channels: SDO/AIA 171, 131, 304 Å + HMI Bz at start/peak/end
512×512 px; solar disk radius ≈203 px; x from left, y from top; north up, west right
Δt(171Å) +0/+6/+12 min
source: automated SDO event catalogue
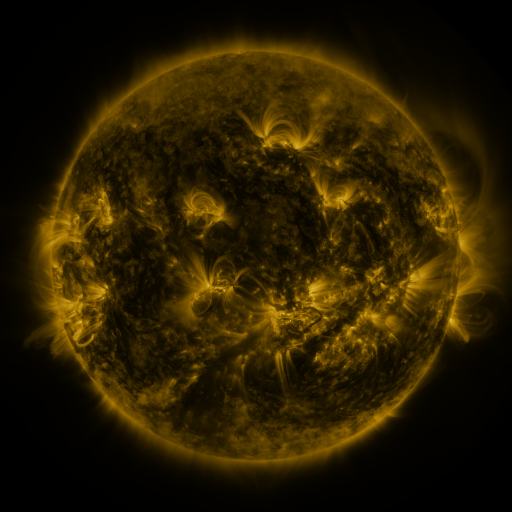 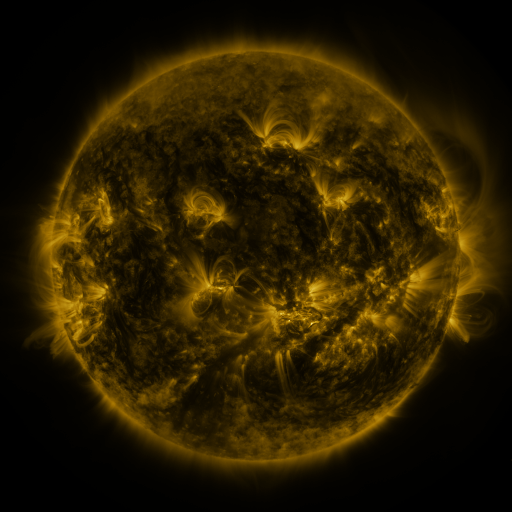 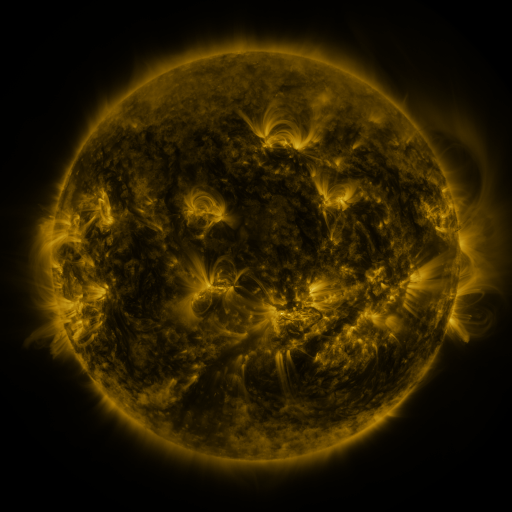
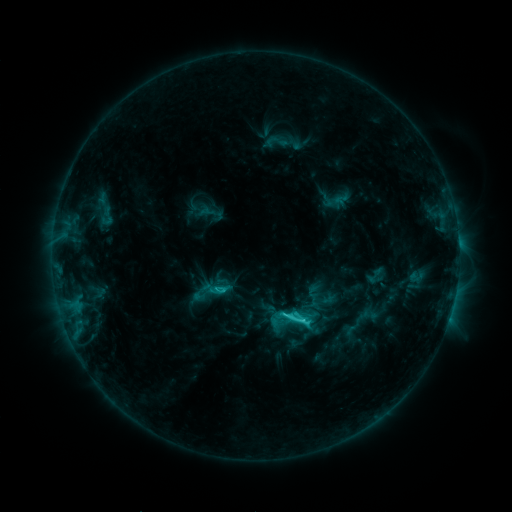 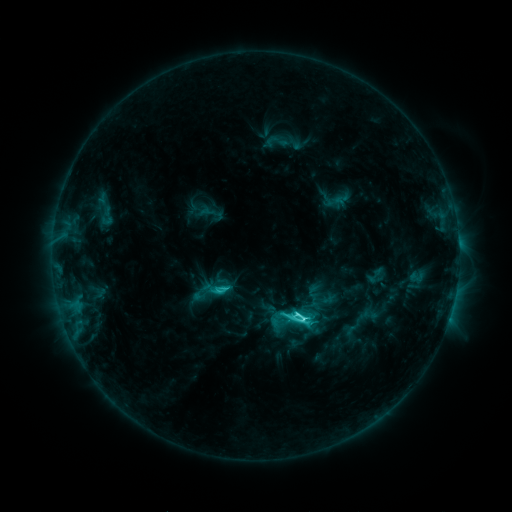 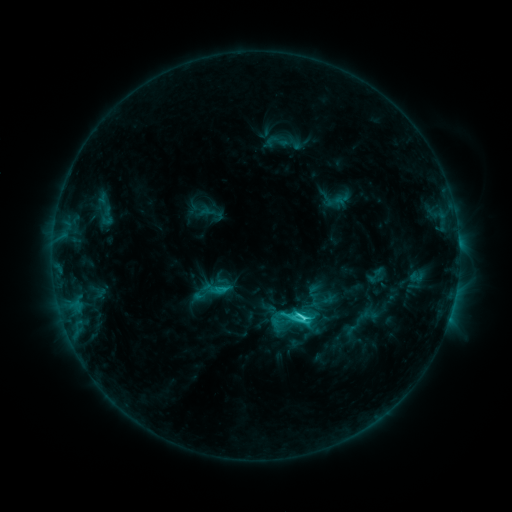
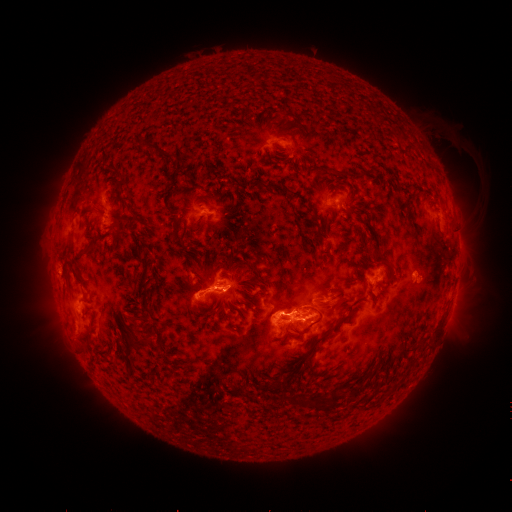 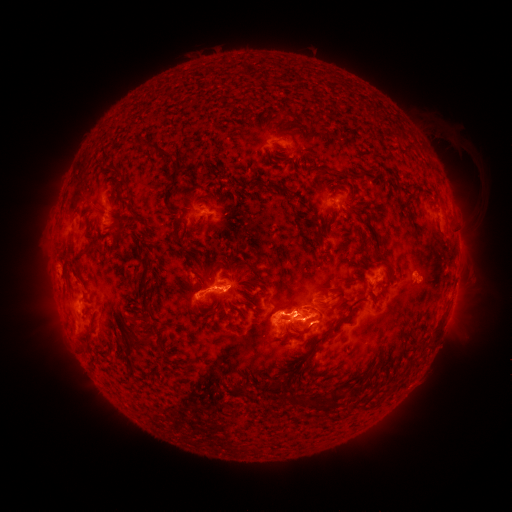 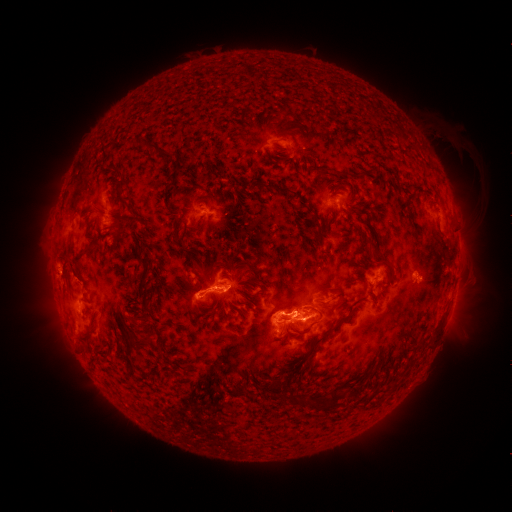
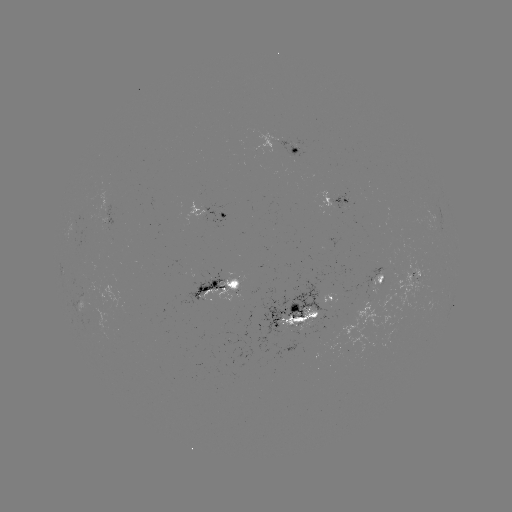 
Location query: C6.8 flare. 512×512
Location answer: (296, 311).